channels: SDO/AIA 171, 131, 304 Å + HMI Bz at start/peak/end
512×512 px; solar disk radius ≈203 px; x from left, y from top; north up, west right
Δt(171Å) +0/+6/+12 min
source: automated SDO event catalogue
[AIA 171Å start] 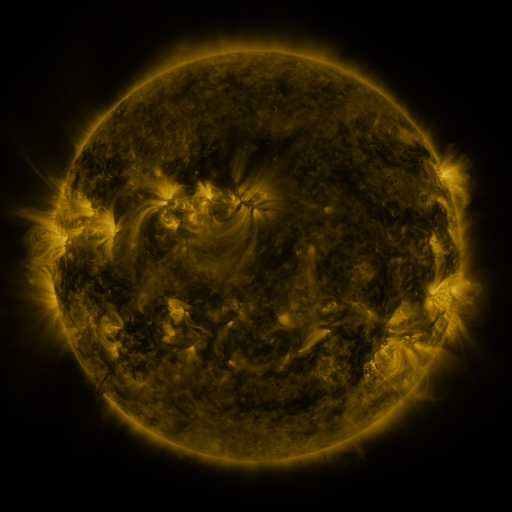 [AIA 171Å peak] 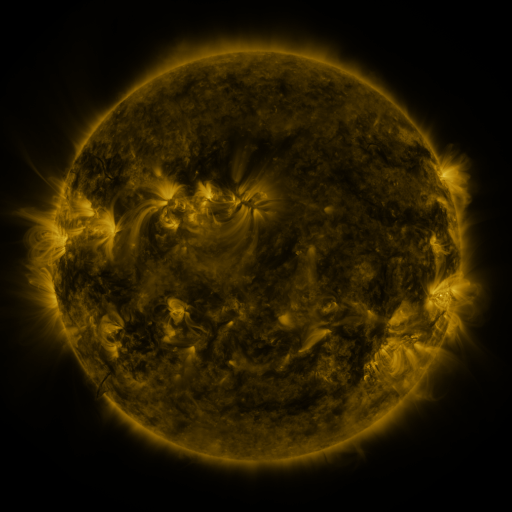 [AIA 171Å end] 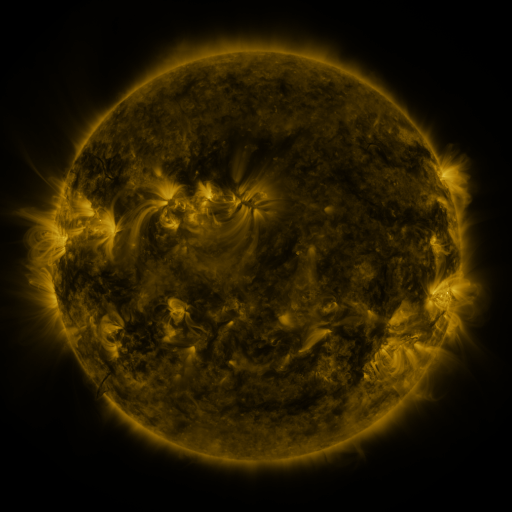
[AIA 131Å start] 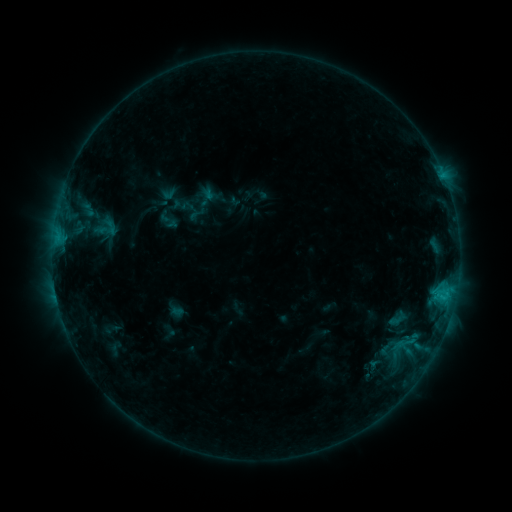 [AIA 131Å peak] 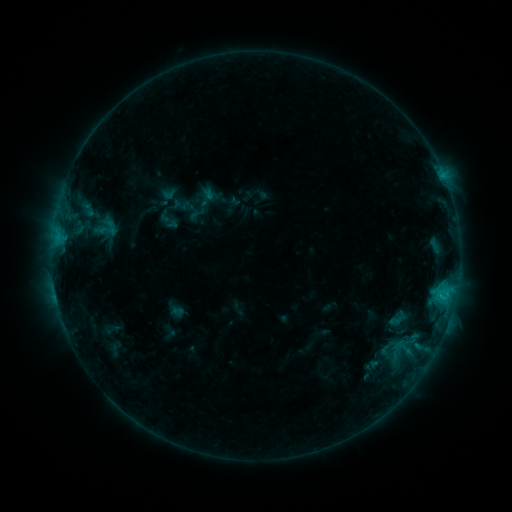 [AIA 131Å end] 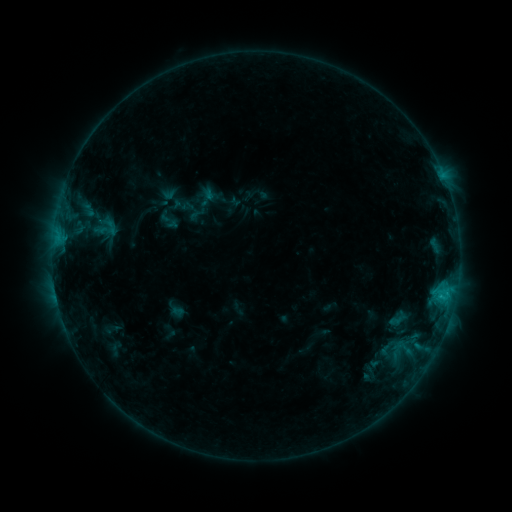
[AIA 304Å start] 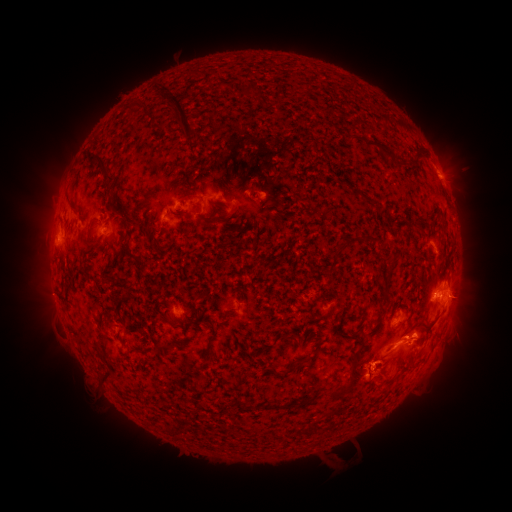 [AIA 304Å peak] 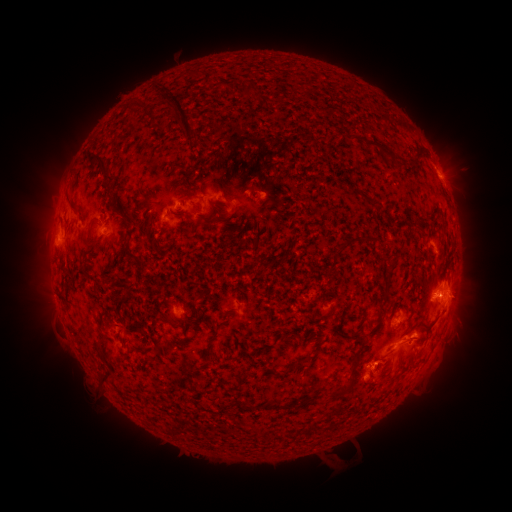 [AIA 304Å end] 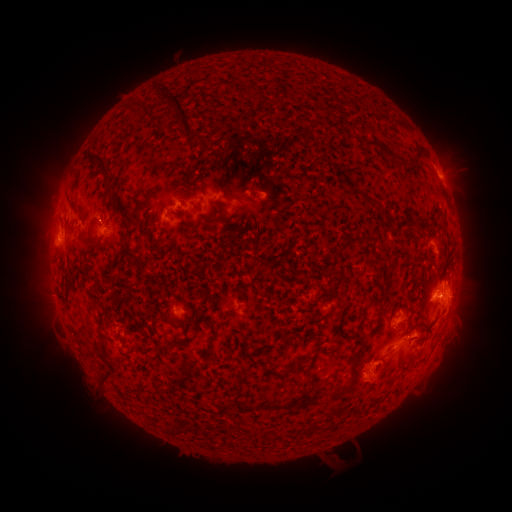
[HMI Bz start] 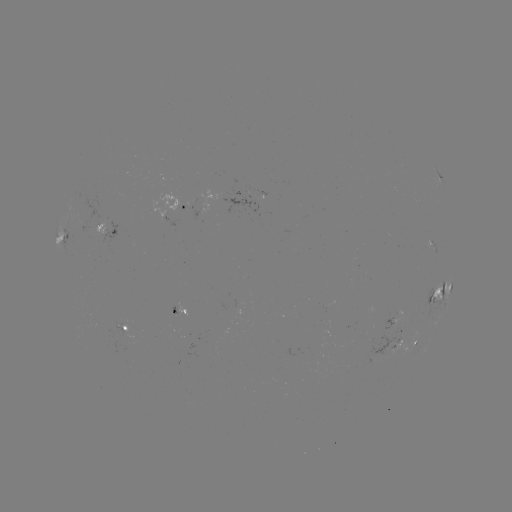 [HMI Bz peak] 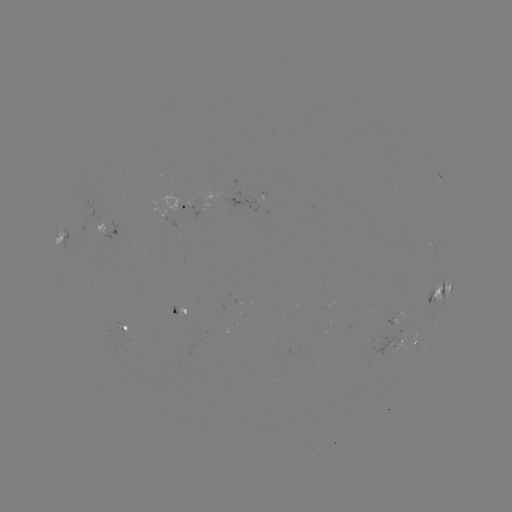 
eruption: <bbox>347, 351, 409, 395</bbox>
